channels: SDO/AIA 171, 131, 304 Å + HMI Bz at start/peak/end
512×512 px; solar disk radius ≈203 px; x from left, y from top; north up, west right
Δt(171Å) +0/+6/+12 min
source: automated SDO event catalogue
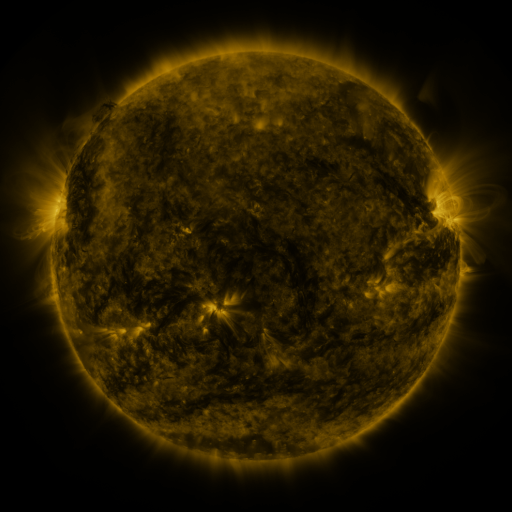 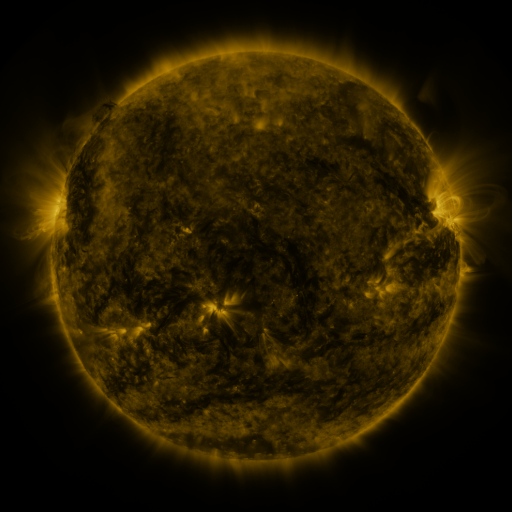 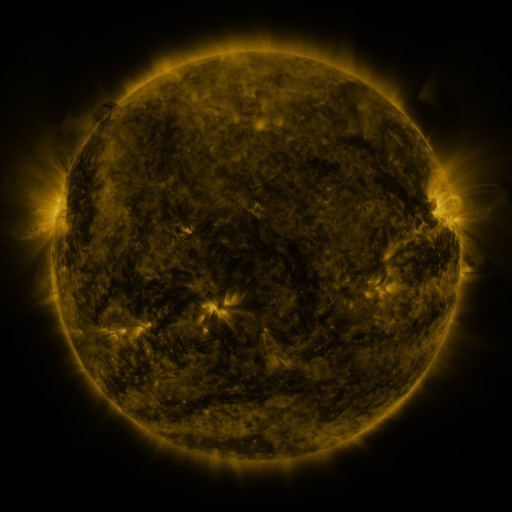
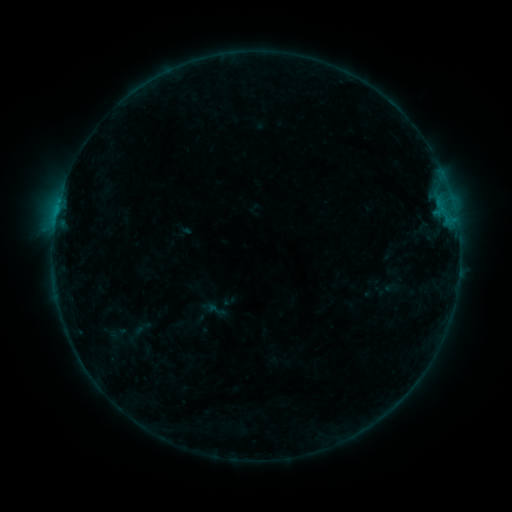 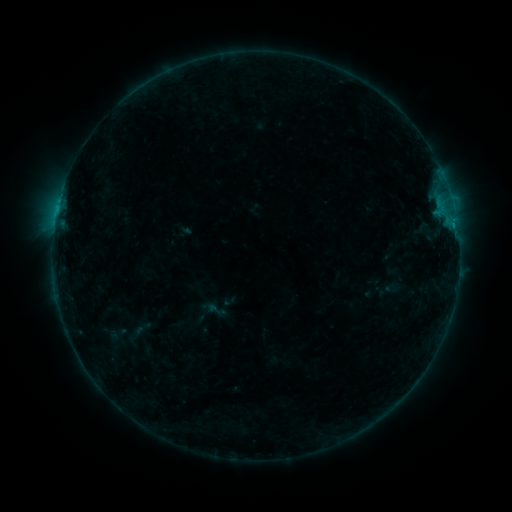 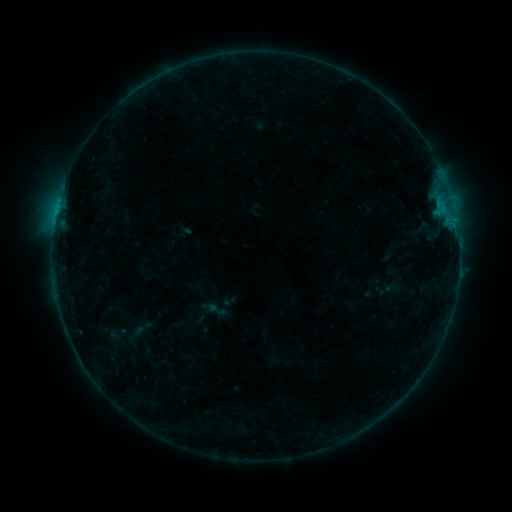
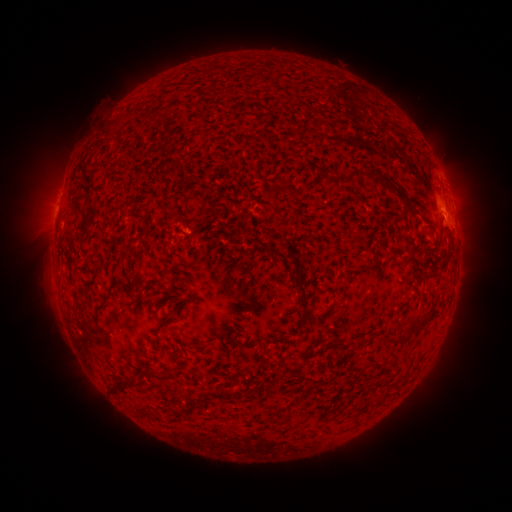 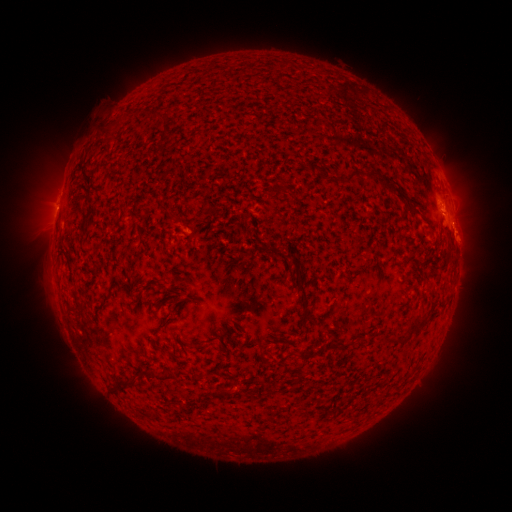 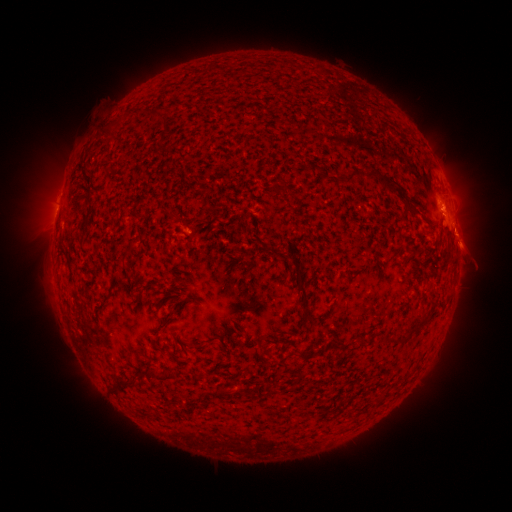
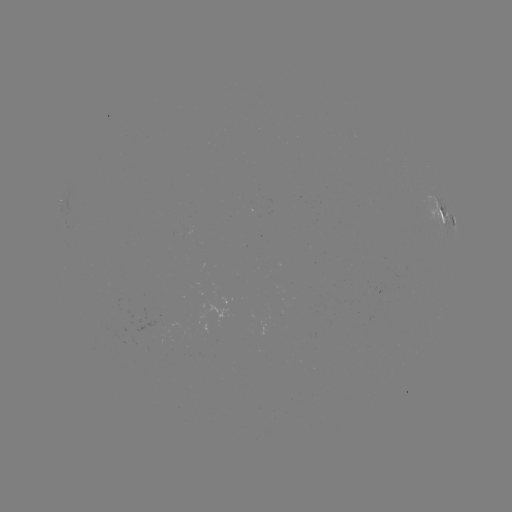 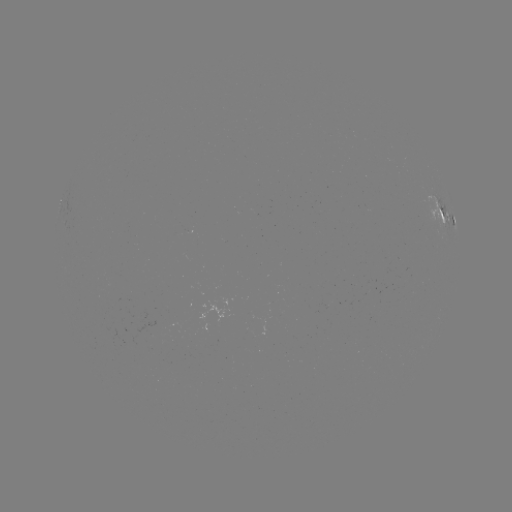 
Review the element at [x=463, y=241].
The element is eruption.